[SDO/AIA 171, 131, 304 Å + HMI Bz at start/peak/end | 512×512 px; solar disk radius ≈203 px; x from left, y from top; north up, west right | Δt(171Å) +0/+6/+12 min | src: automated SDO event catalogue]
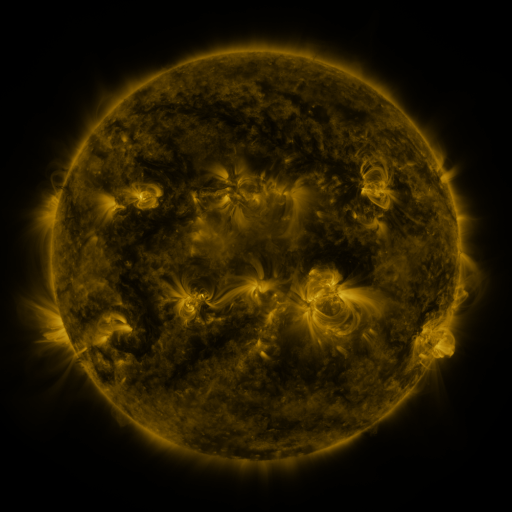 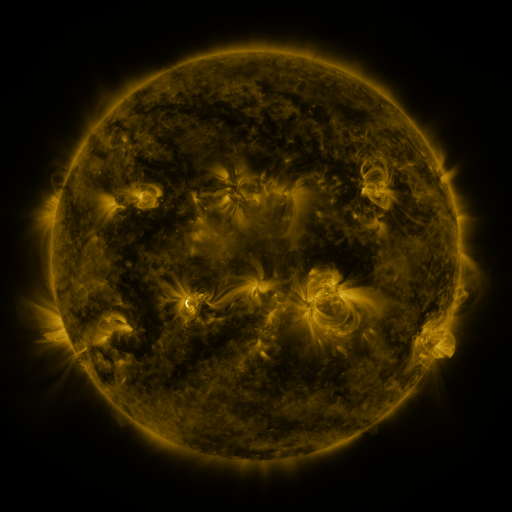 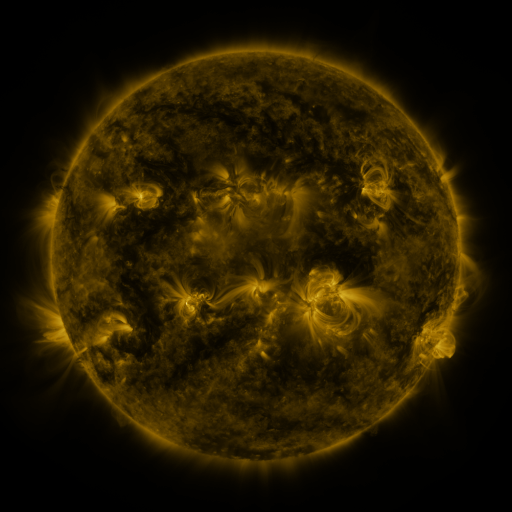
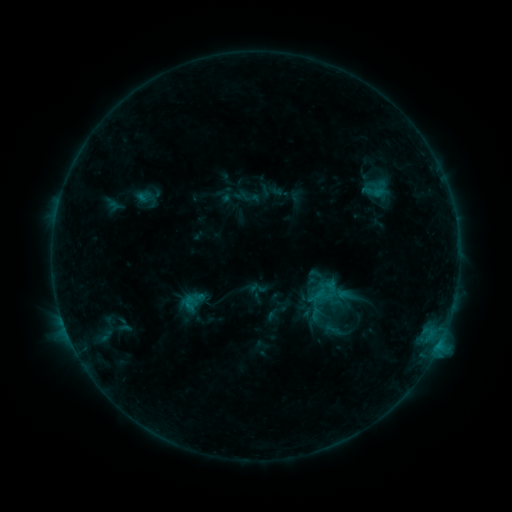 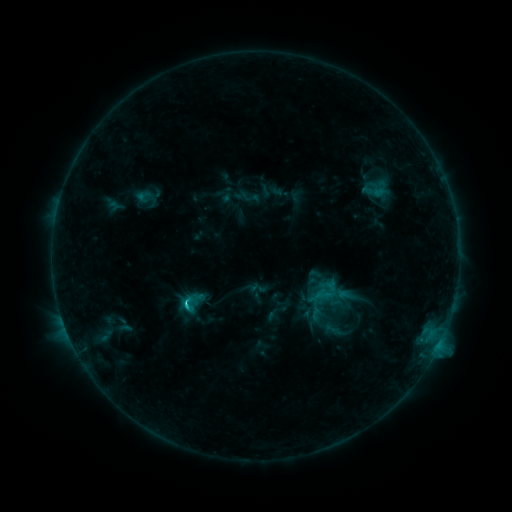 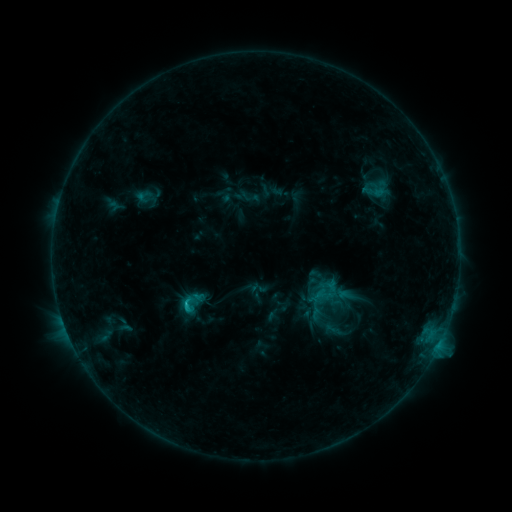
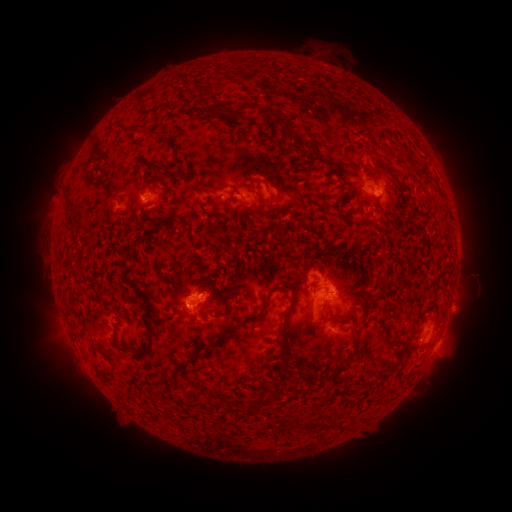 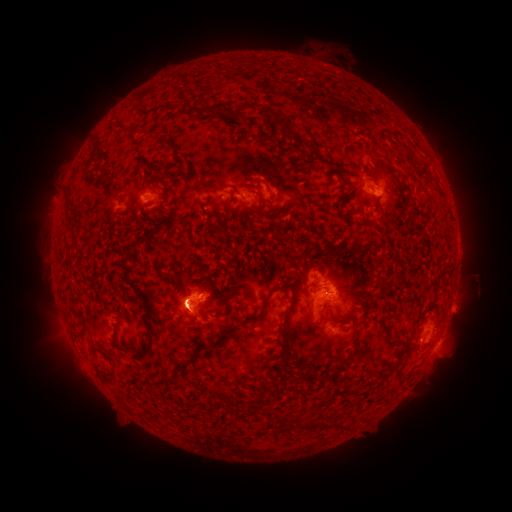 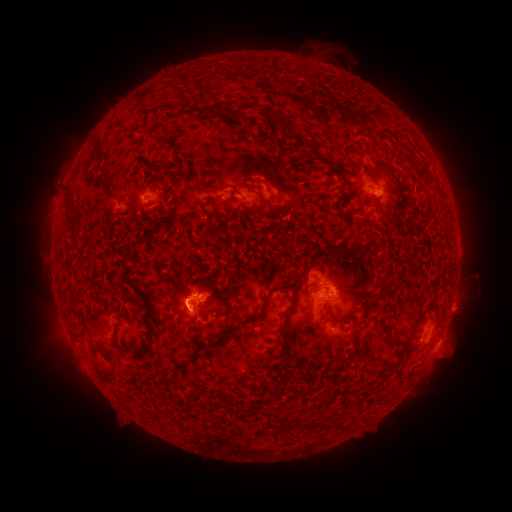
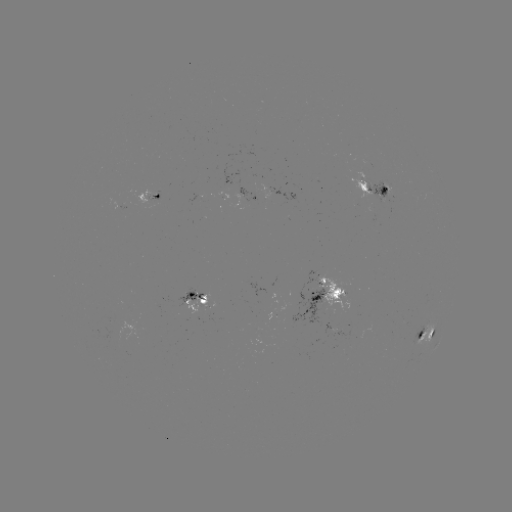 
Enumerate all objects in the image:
C1.7 flare: (186, 303)
